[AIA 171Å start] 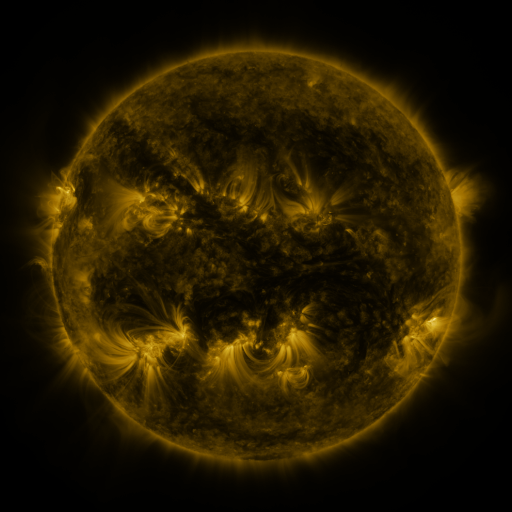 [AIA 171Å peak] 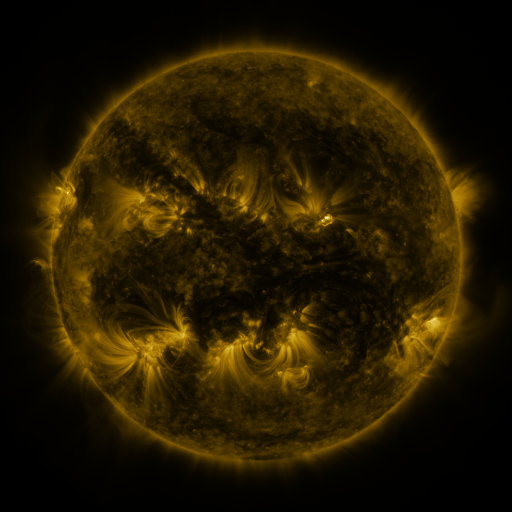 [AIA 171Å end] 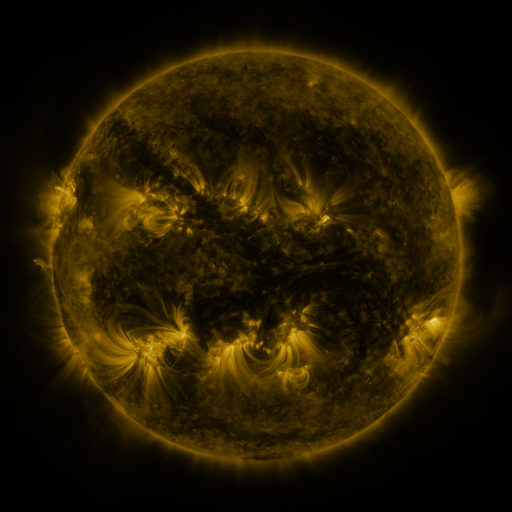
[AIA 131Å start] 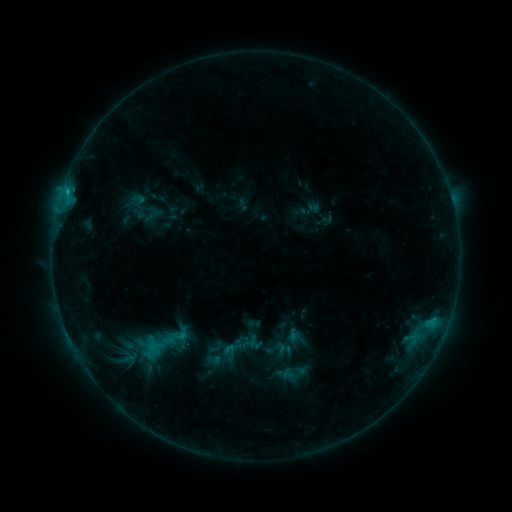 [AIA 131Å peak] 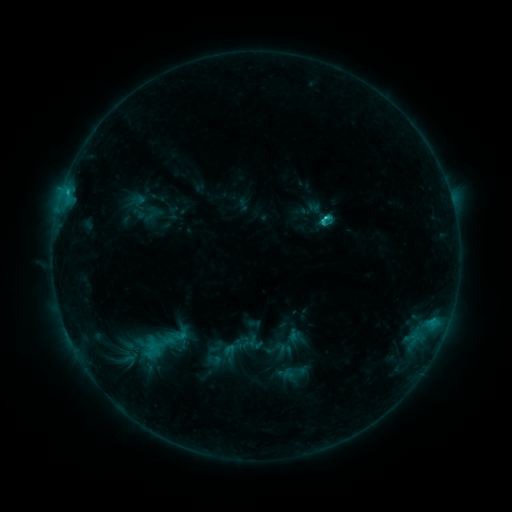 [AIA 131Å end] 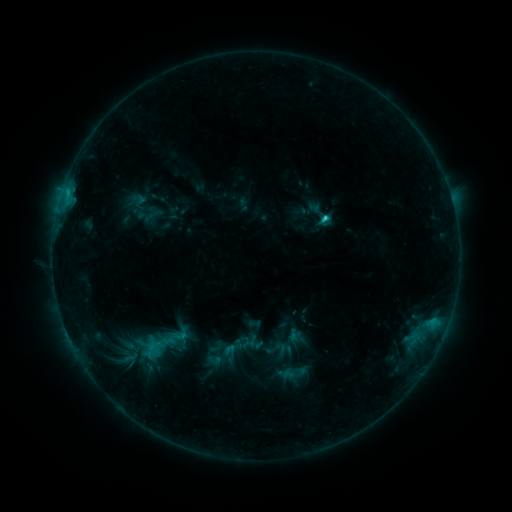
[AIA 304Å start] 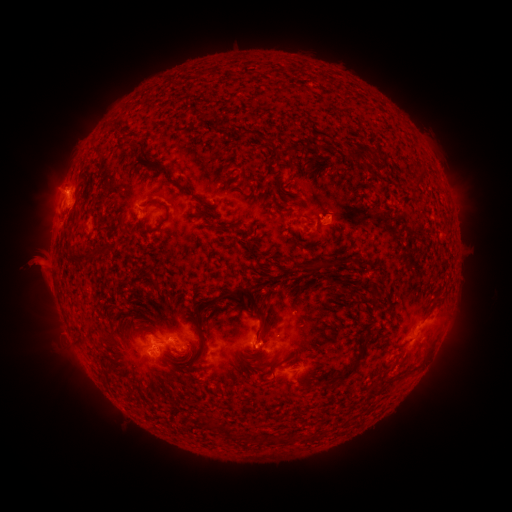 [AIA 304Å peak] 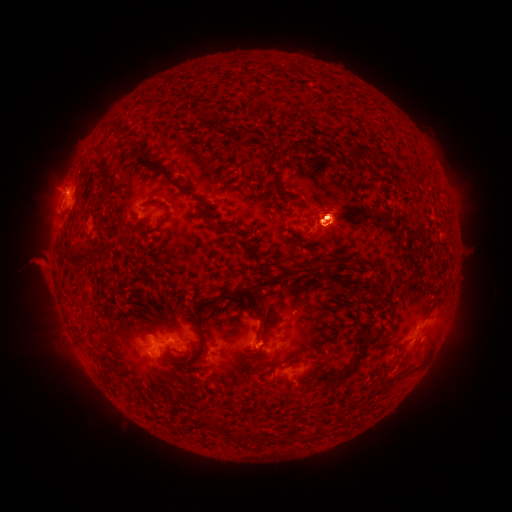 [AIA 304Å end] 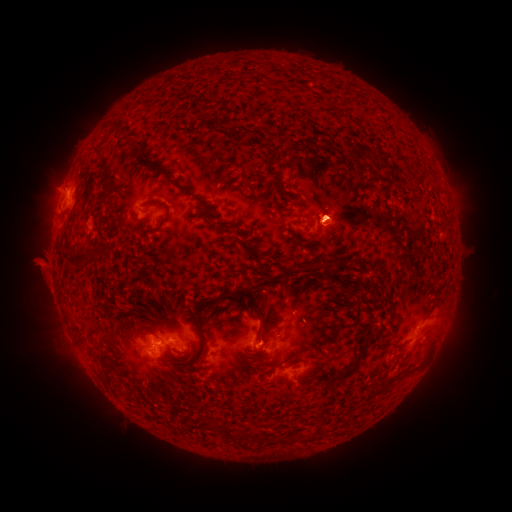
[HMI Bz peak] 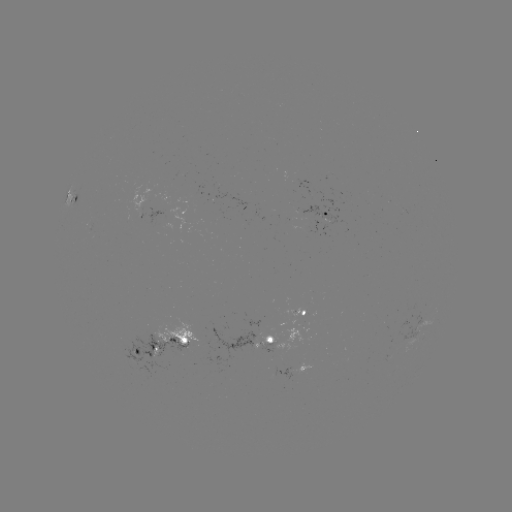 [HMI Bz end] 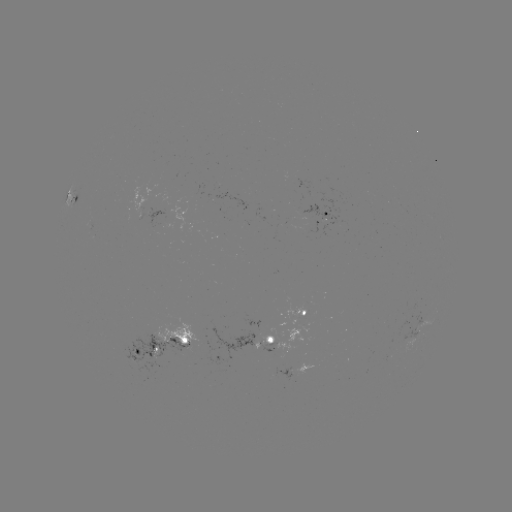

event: flare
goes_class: C2.1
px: (326, 221)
